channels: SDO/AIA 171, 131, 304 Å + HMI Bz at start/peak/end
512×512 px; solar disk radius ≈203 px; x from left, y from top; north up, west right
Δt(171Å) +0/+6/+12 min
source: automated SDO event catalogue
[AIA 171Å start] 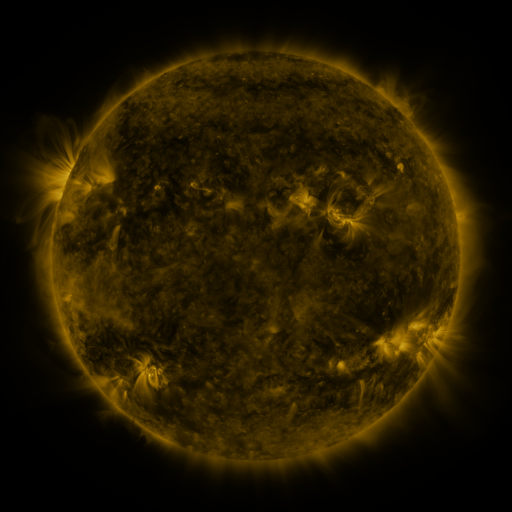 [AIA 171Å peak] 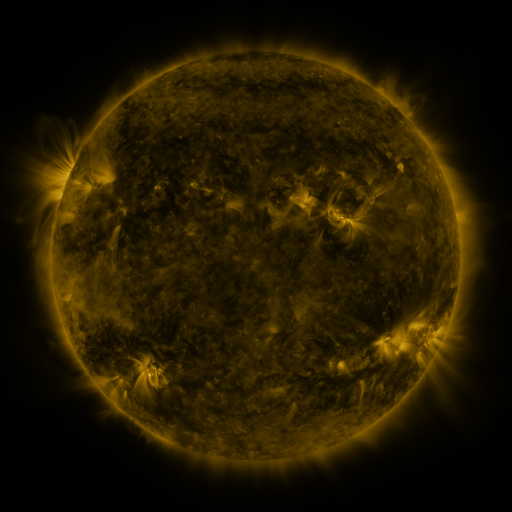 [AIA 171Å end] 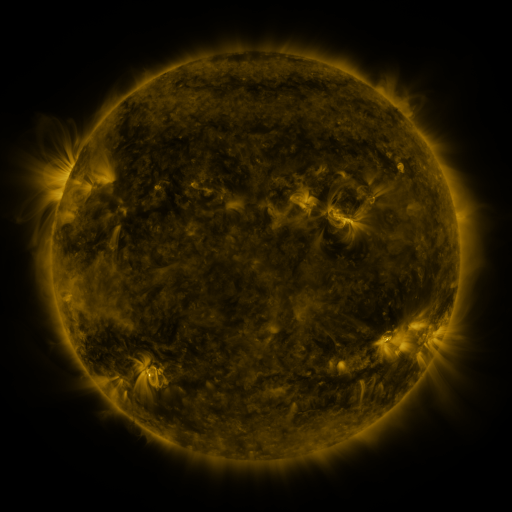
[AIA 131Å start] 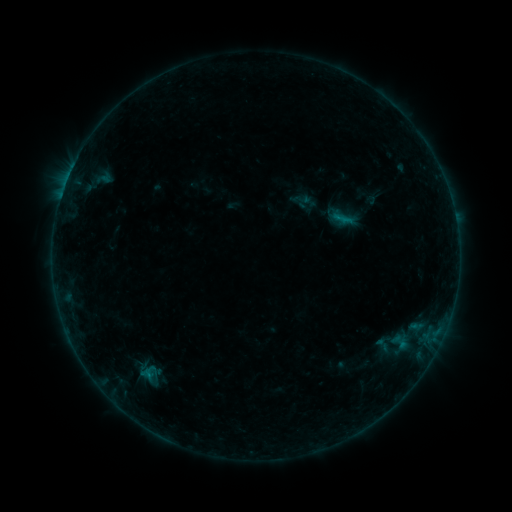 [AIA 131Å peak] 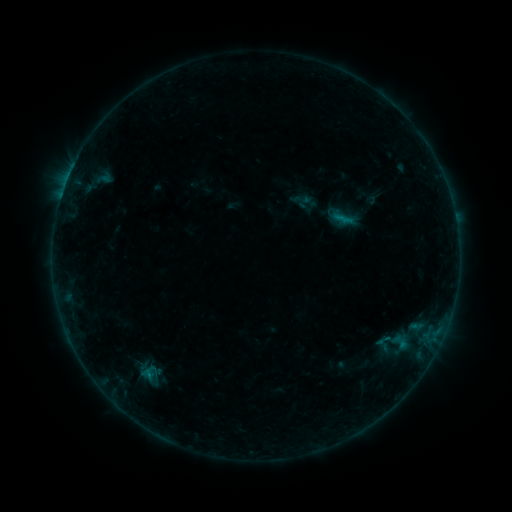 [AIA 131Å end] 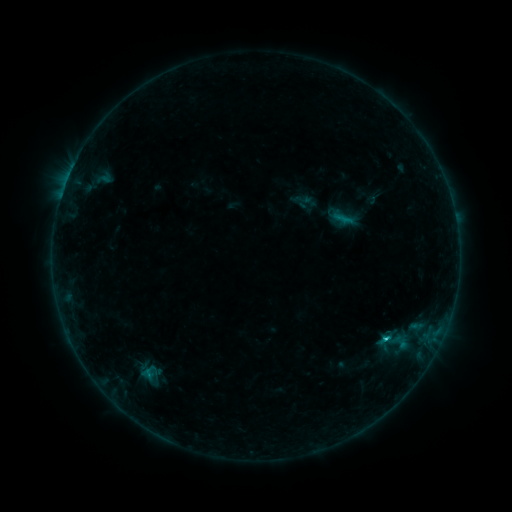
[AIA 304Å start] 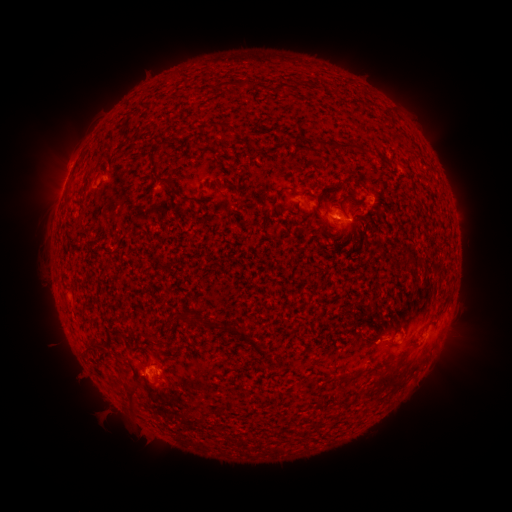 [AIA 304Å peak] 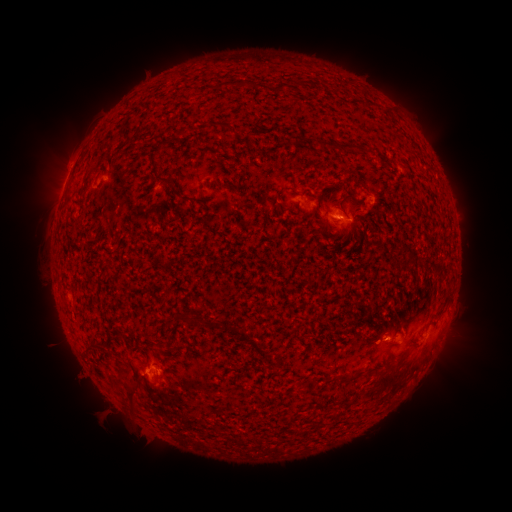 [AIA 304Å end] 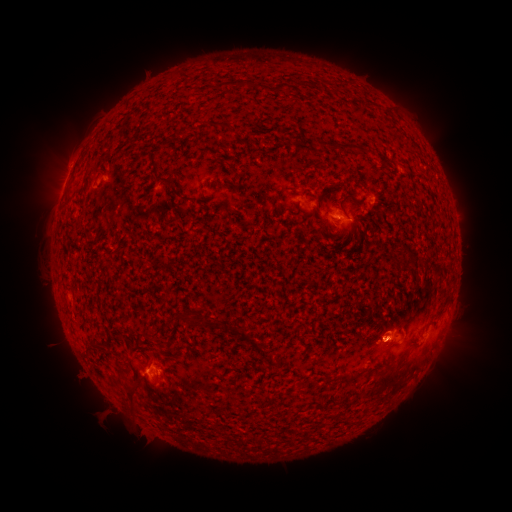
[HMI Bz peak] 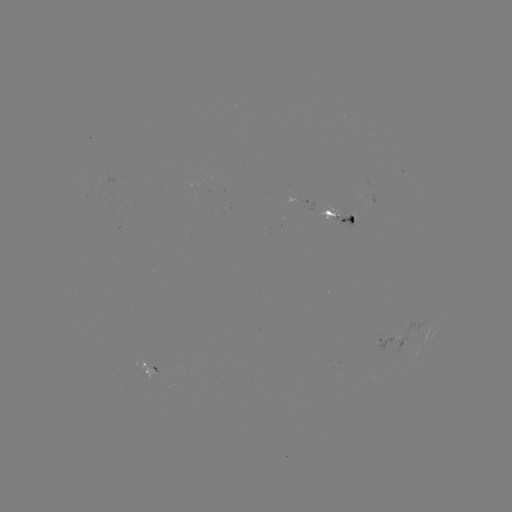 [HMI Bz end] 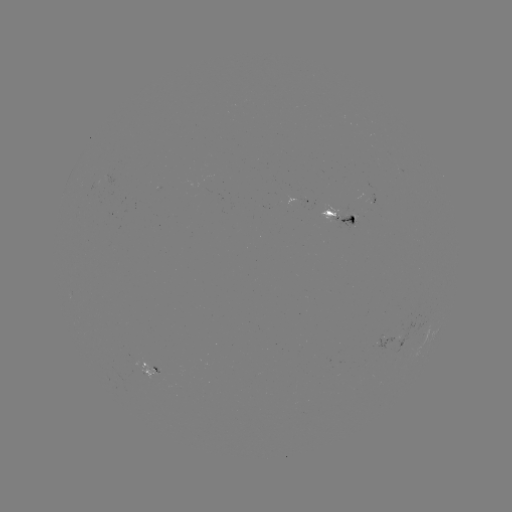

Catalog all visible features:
eruption: (390, 337)
